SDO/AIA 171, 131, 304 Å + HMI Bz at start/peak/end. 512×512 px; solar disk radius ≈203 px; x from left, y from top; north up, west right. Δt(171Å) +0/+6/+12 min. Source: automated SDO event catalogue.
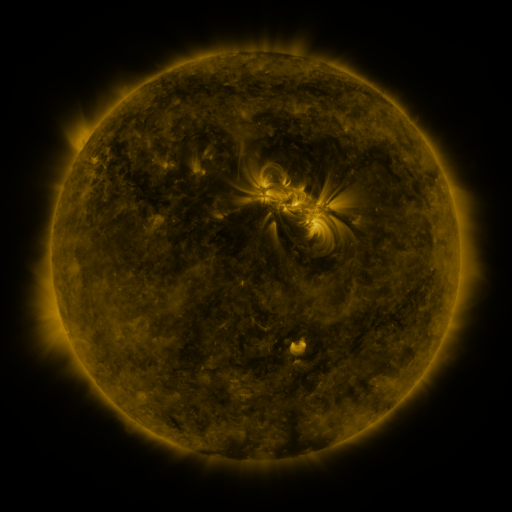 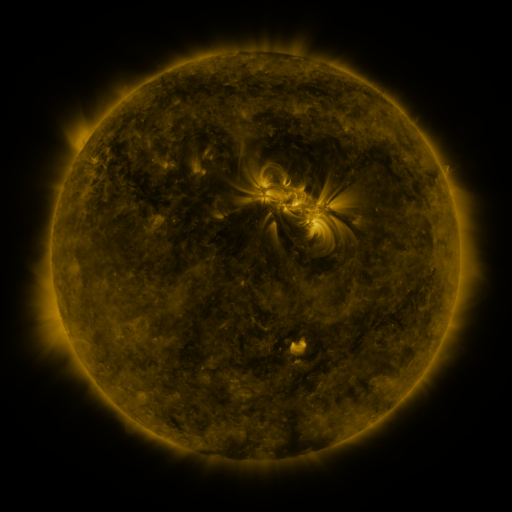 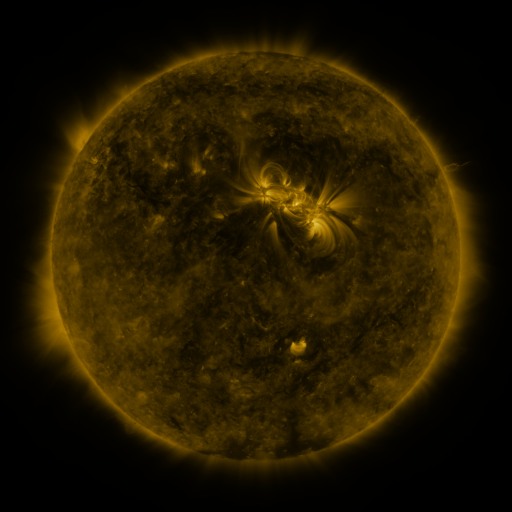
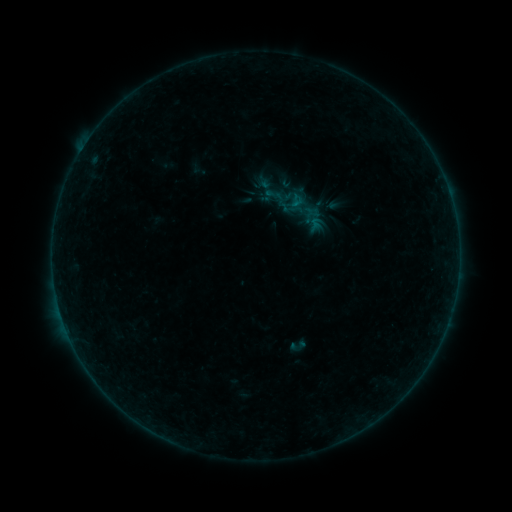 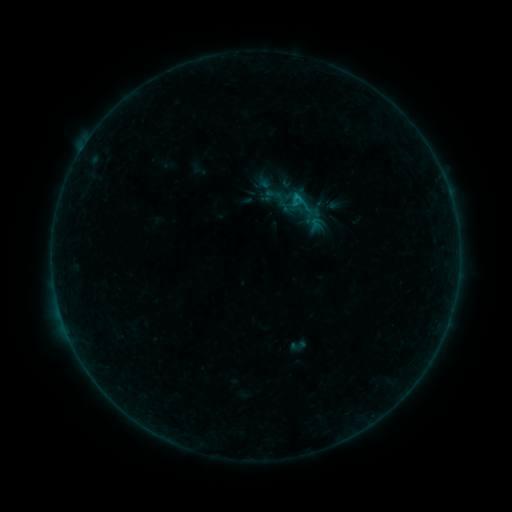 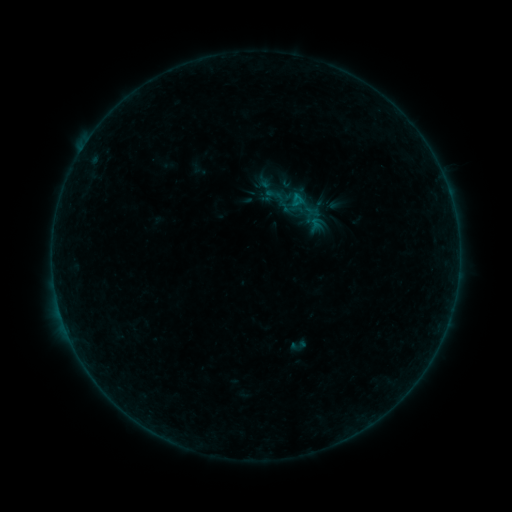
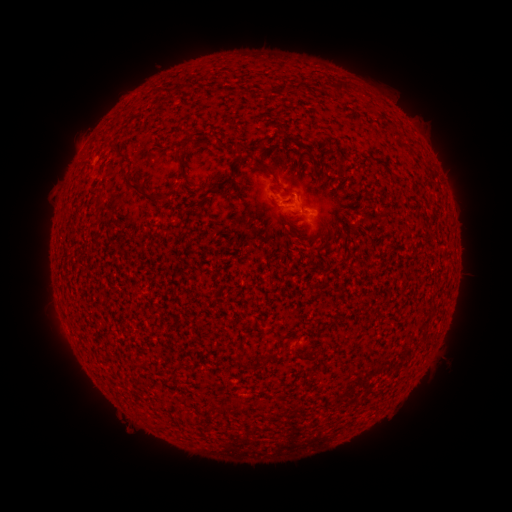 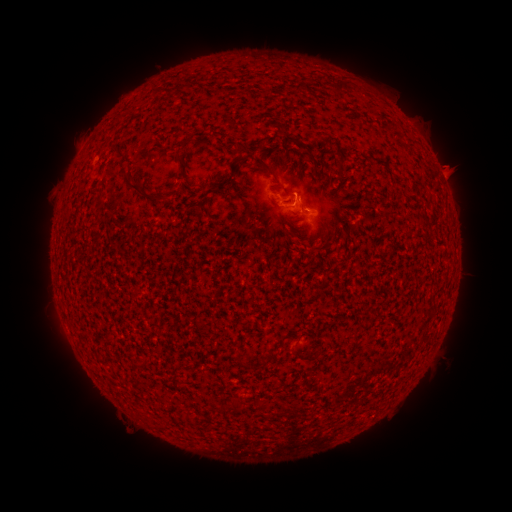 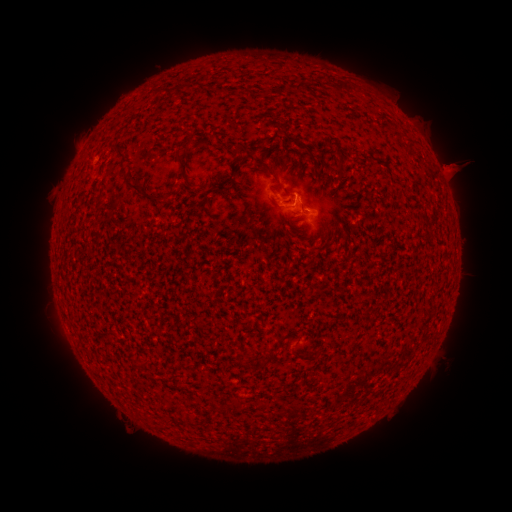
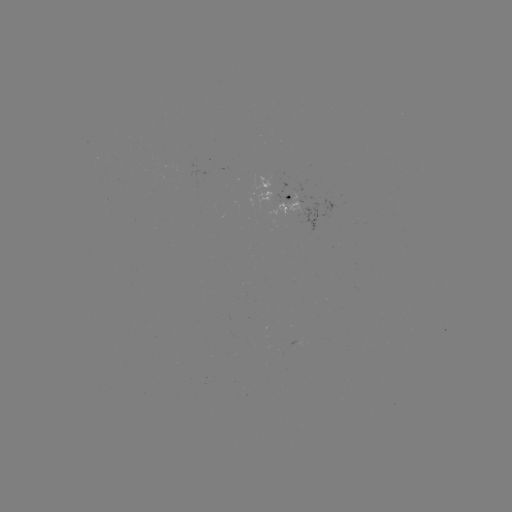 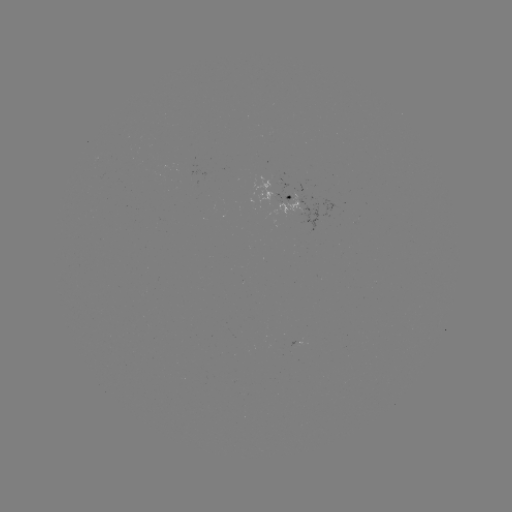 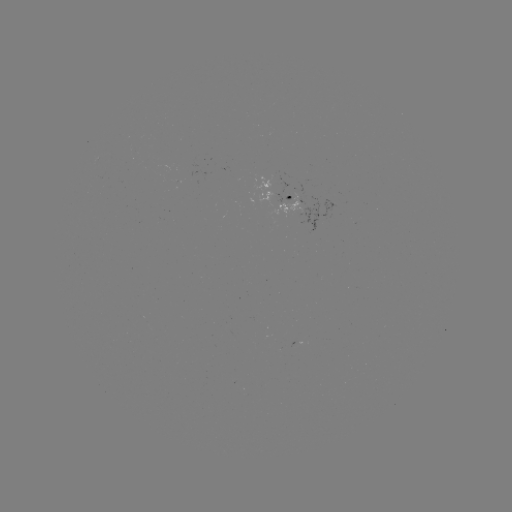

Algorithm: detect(eruption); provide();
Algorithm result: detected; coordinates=(455, 166)